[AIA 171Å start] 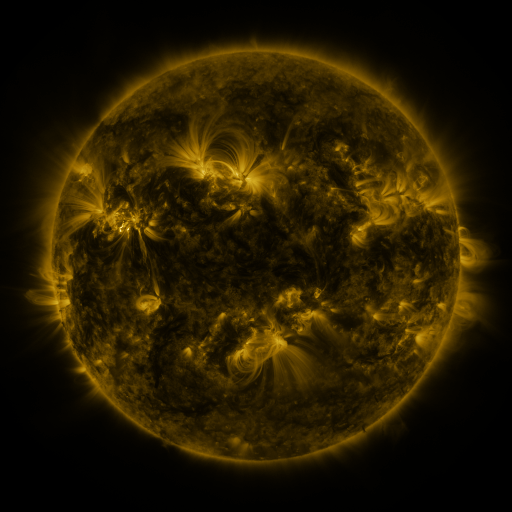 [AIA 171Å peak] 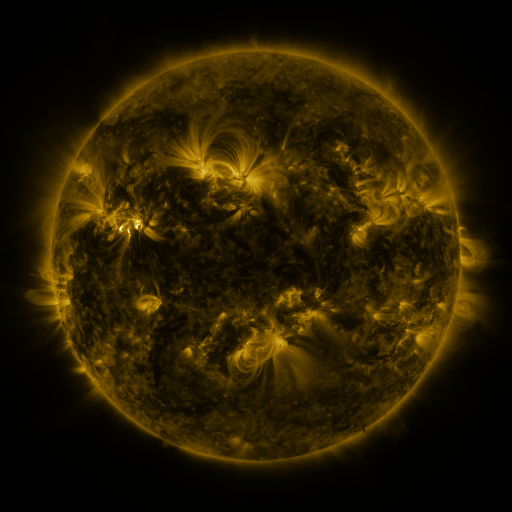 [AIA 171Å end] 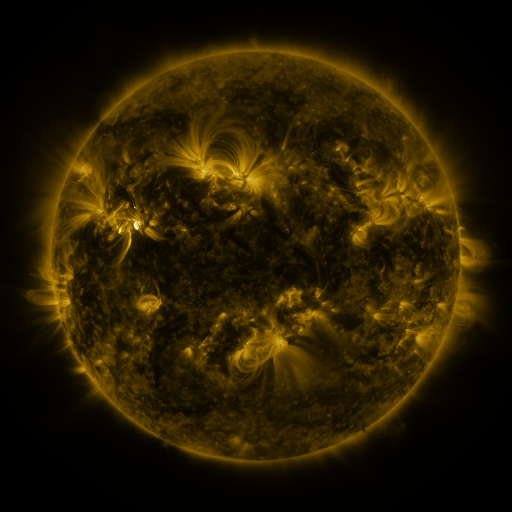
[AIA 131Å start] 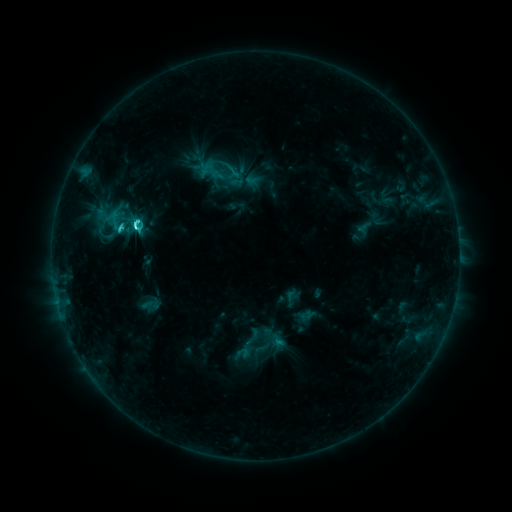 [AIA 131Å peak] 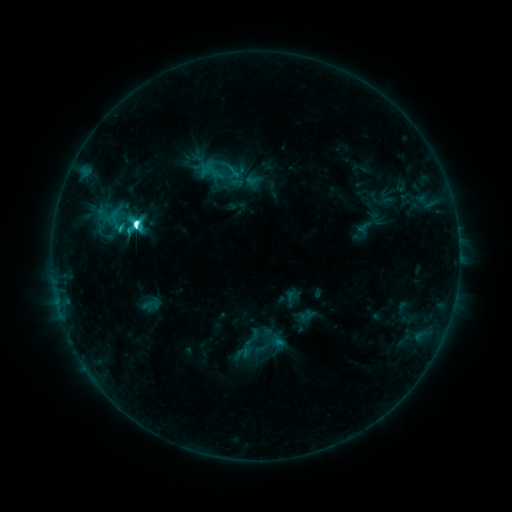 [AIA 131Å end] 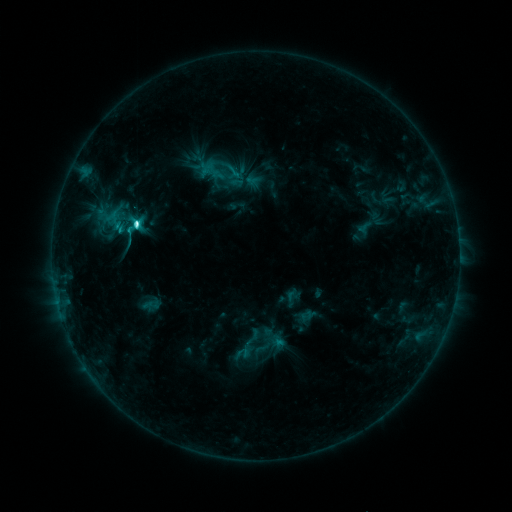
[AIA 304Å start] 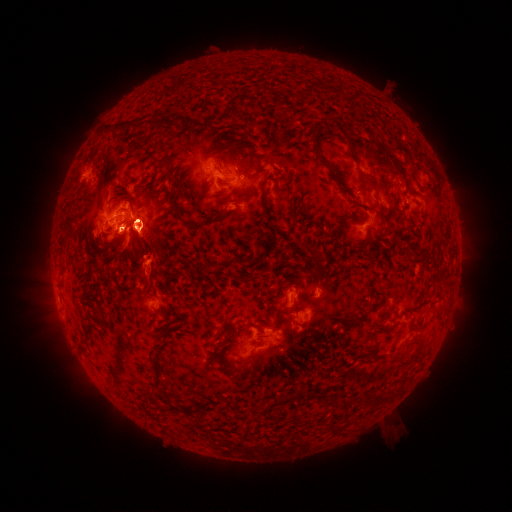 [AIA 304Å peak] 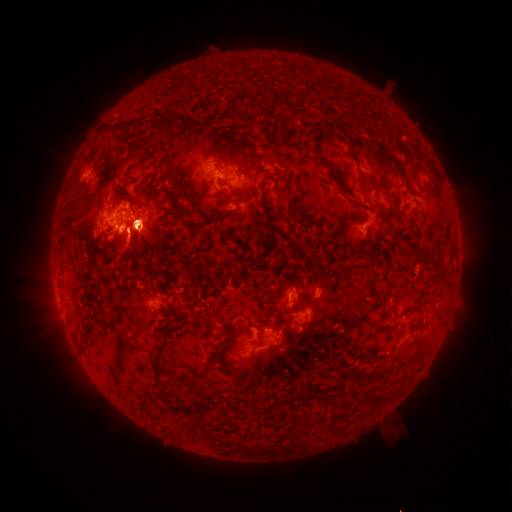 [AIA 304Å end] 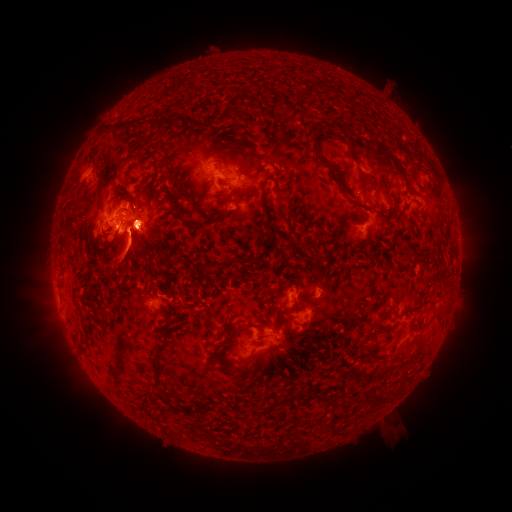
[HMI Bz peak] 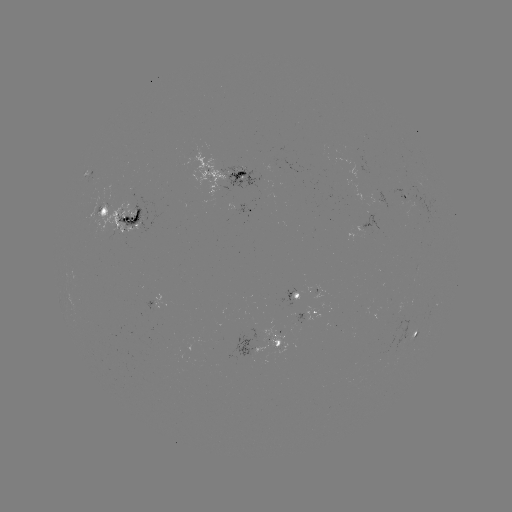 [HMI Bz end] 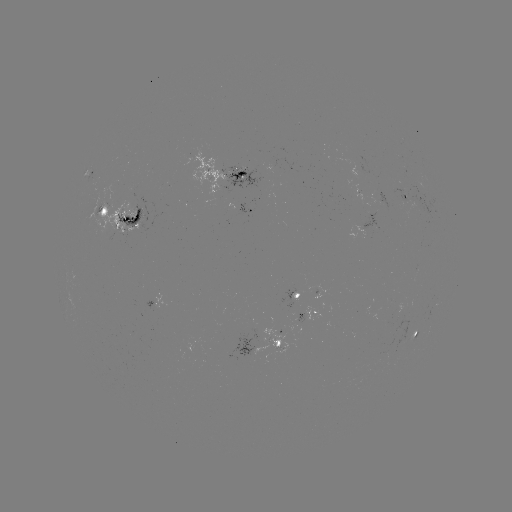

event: eruption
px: (445, 338)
